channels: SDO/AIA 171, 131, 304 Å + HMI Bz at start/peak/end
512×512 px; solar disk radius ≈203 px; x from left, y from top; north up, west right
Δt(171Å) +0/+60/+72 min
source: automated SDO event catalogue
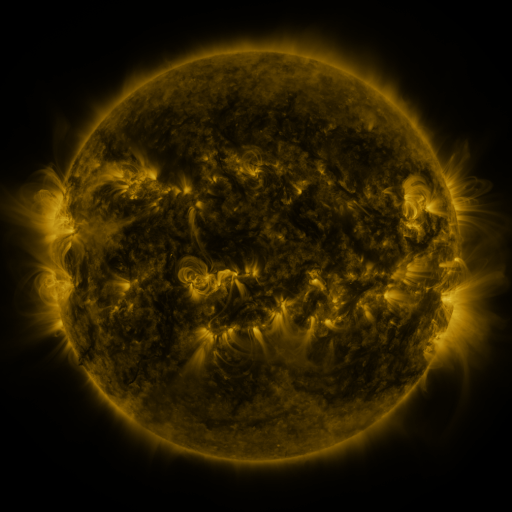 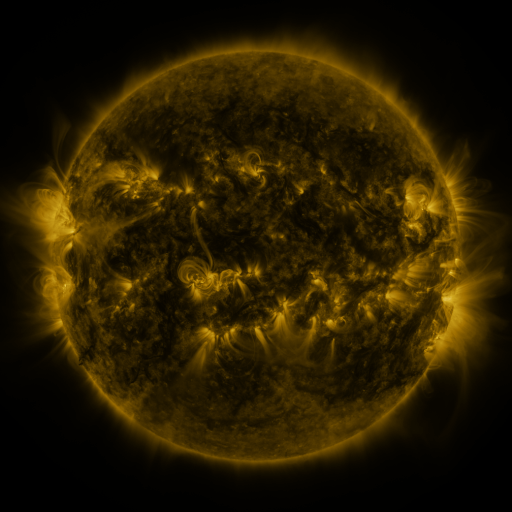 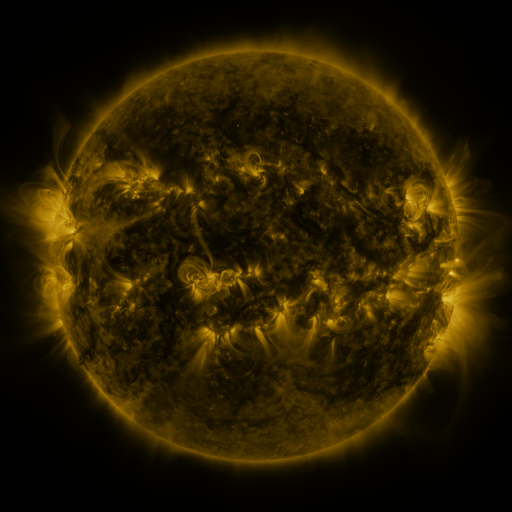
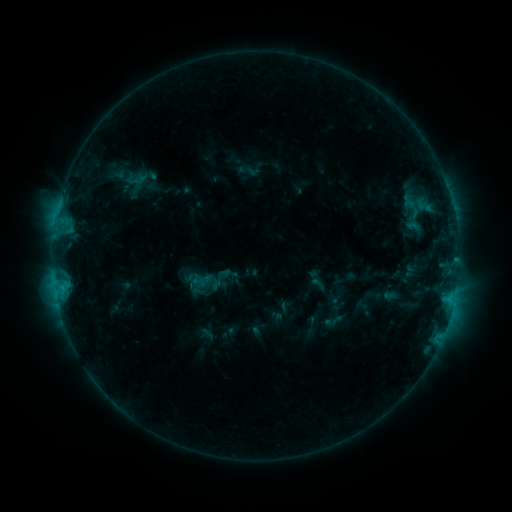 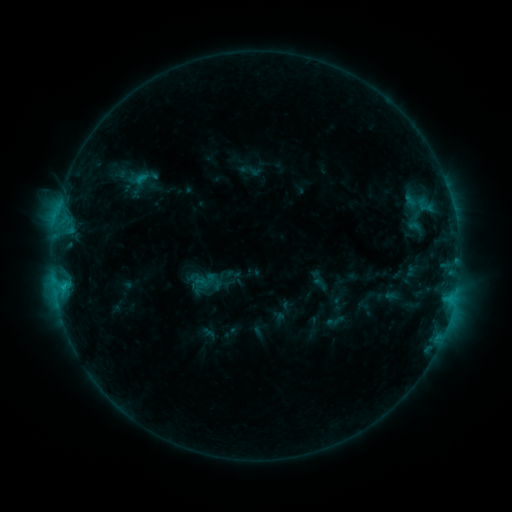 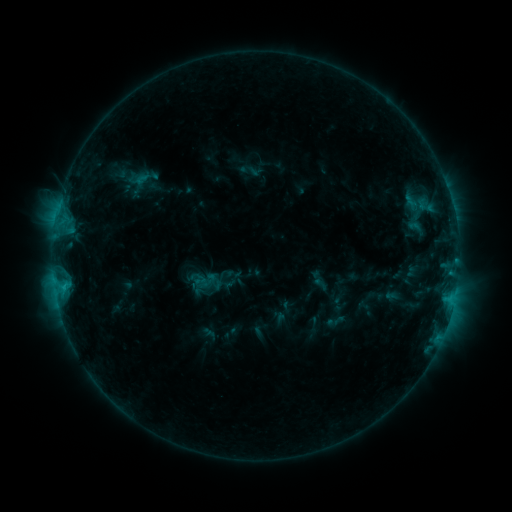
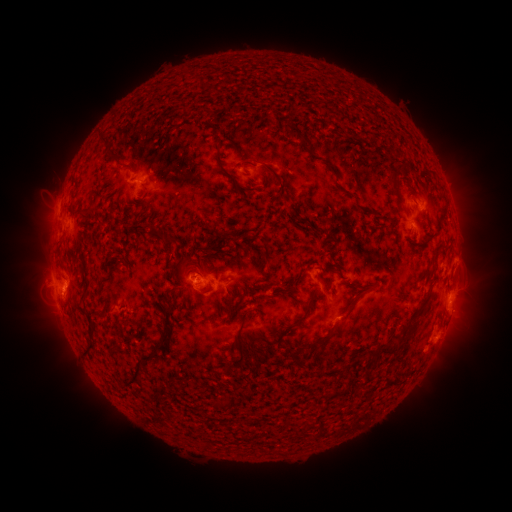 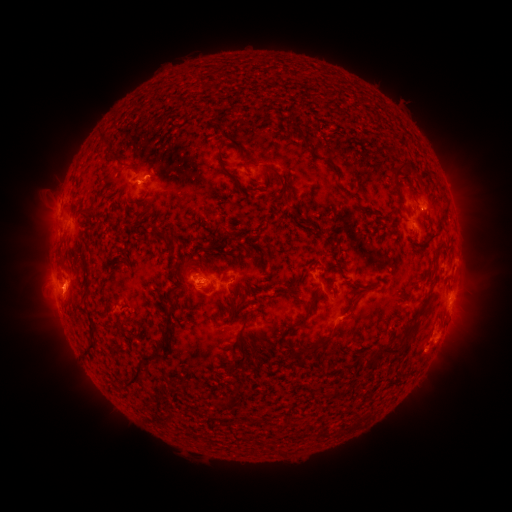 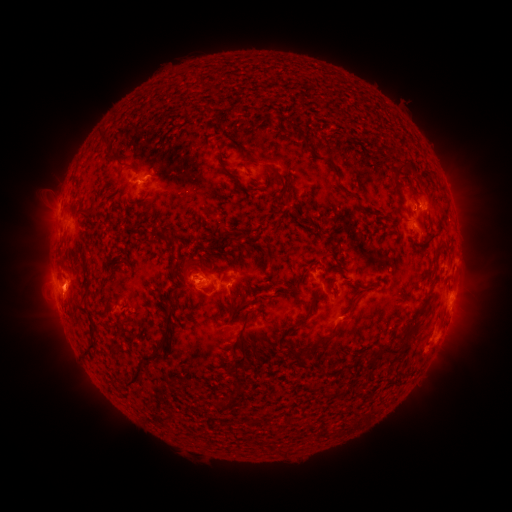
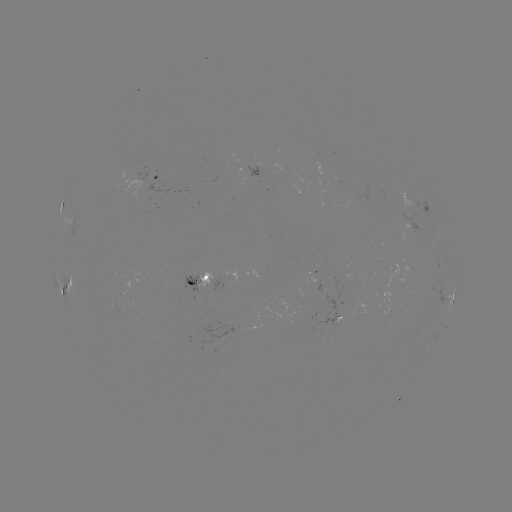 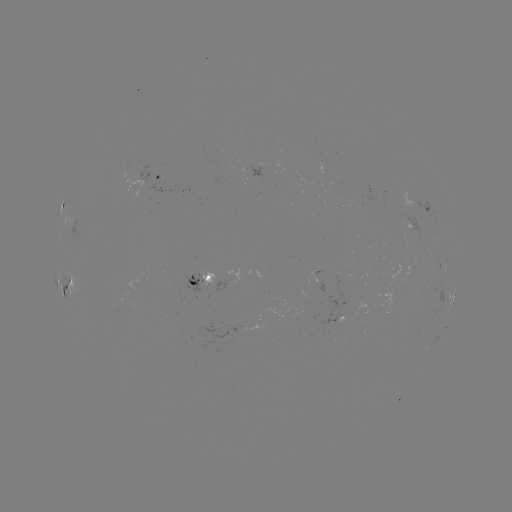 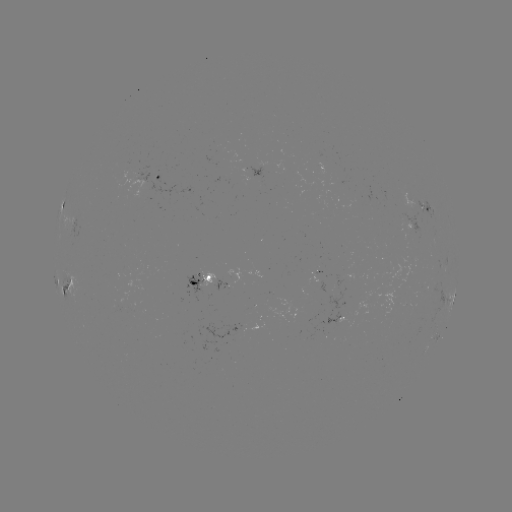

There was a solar emerging-flux region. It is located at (198, 277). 